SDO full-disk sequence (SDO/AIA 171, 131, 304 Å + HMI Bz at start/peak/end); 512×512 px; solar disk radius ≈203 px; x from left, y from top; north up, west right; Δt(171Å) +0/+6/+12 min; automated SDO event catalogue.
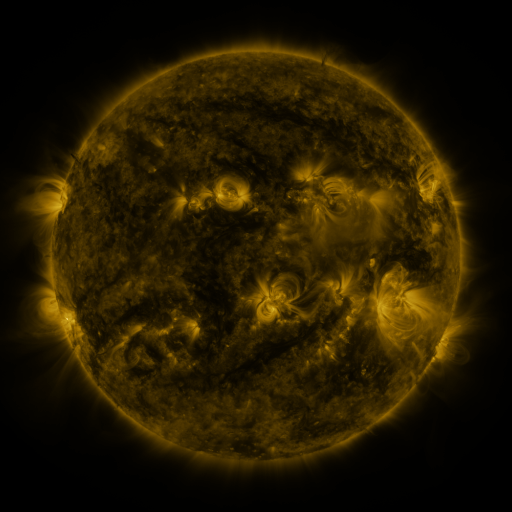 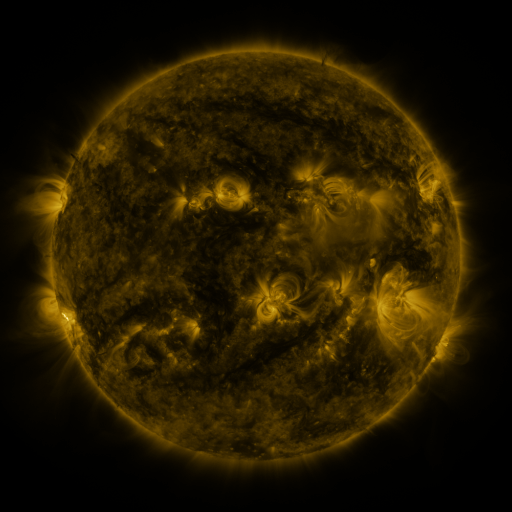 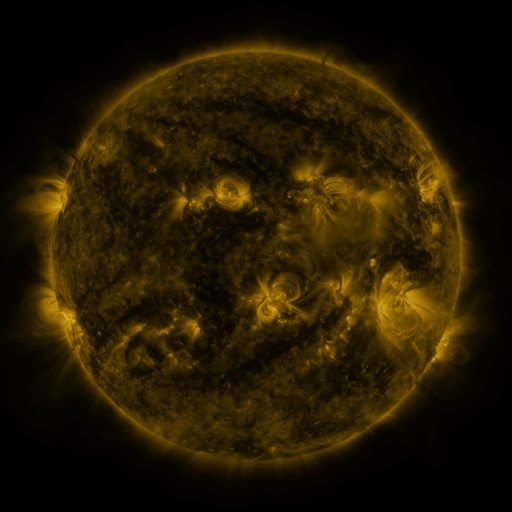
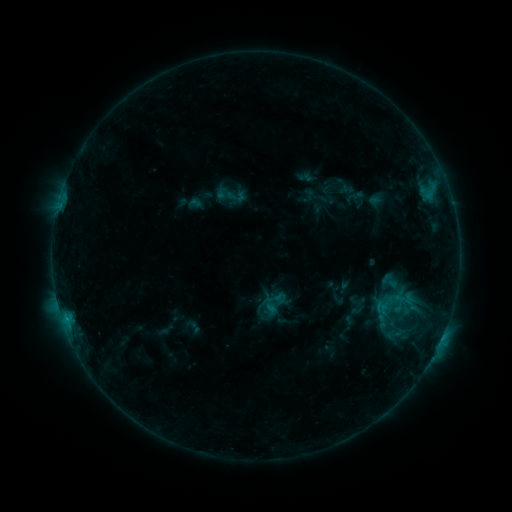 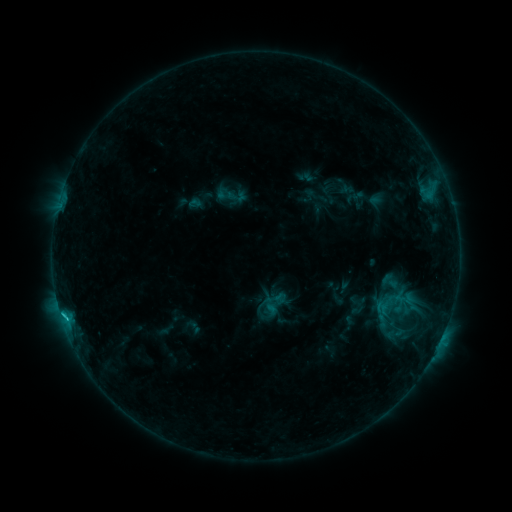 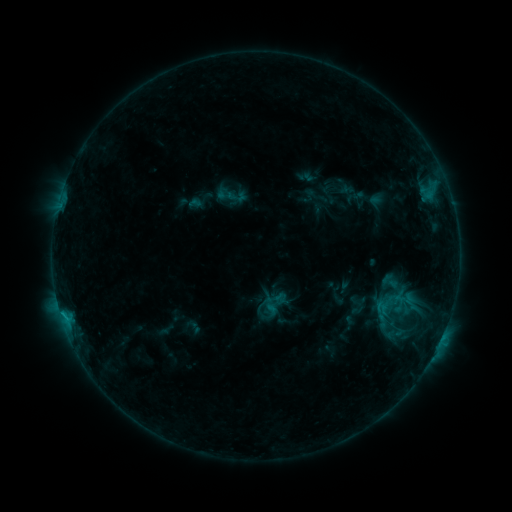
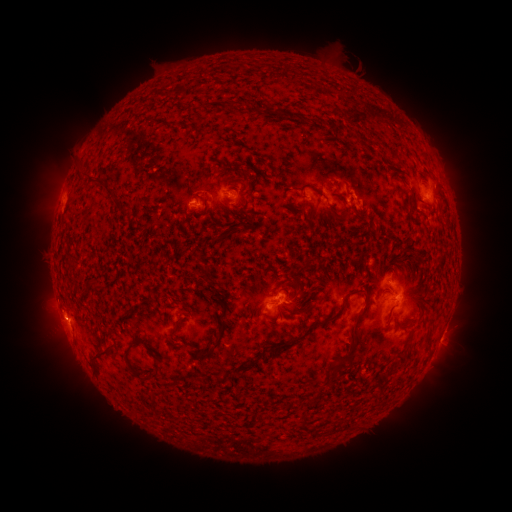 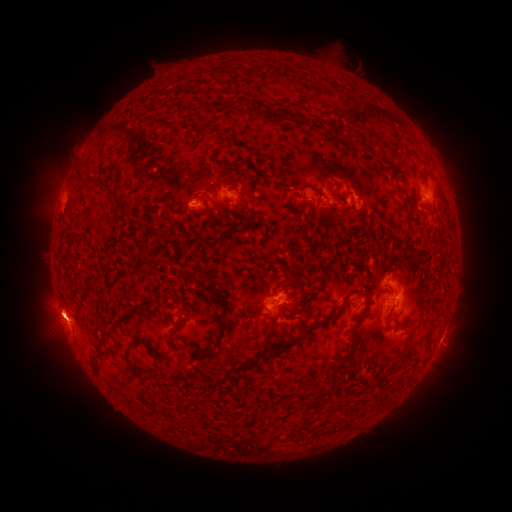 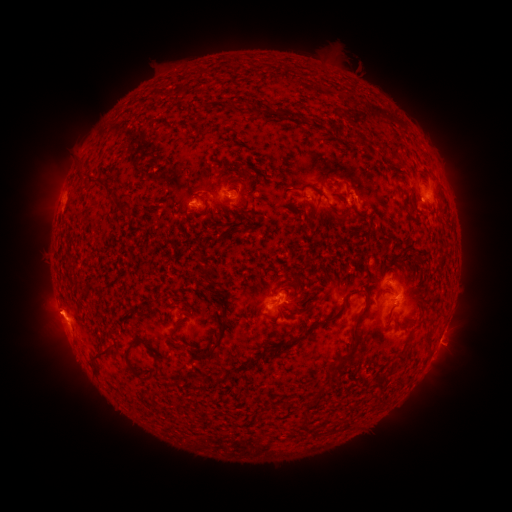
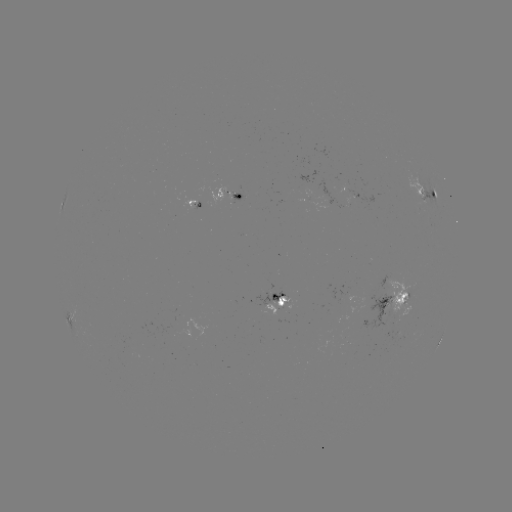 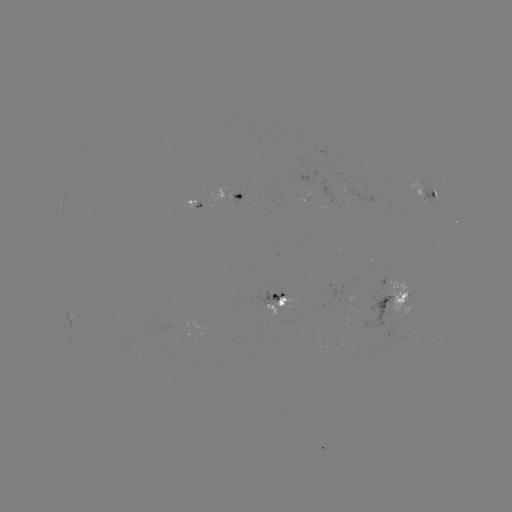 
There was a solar flare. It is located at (65, 315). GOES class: C1.1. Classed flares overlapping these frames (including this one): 1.